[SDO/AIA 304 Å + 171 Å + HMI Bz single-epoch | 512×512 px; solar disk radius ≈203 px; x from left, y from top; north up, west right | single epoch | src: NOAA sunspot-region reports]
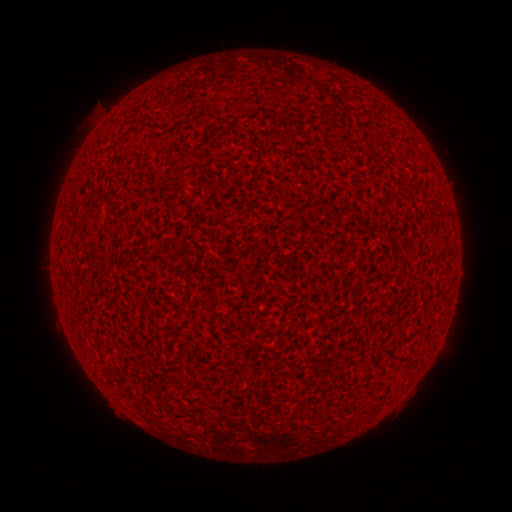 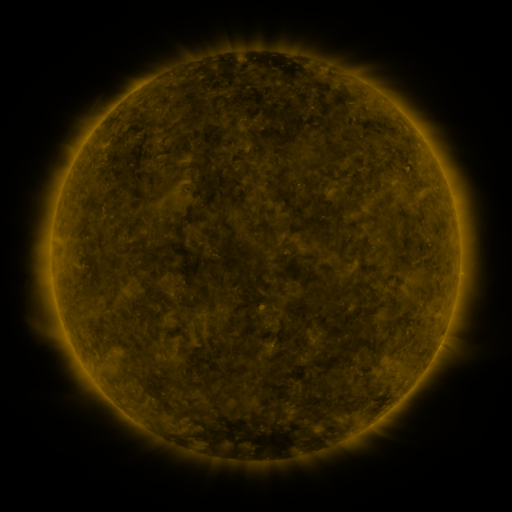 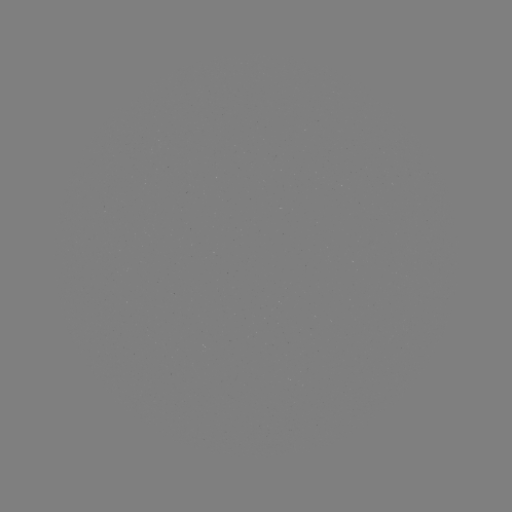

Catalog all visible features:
(none)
